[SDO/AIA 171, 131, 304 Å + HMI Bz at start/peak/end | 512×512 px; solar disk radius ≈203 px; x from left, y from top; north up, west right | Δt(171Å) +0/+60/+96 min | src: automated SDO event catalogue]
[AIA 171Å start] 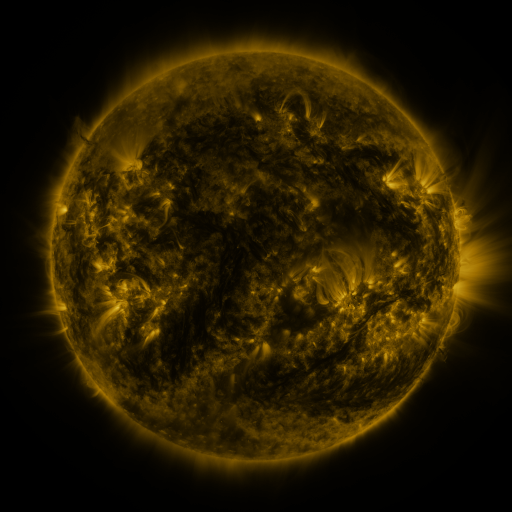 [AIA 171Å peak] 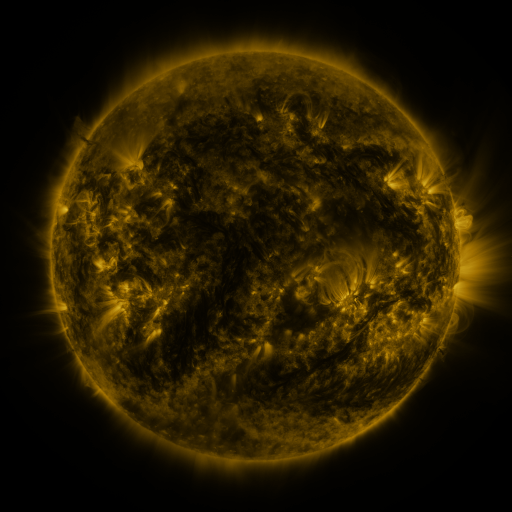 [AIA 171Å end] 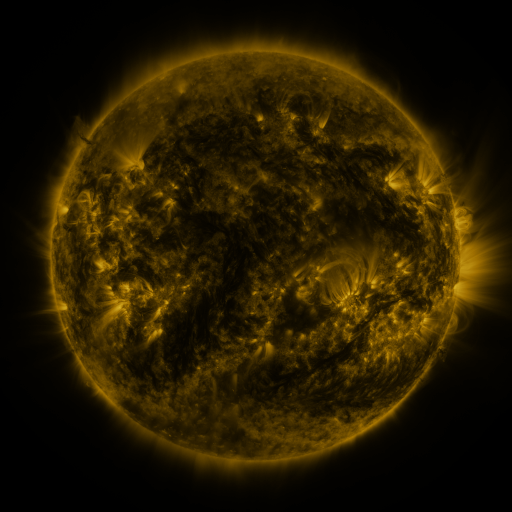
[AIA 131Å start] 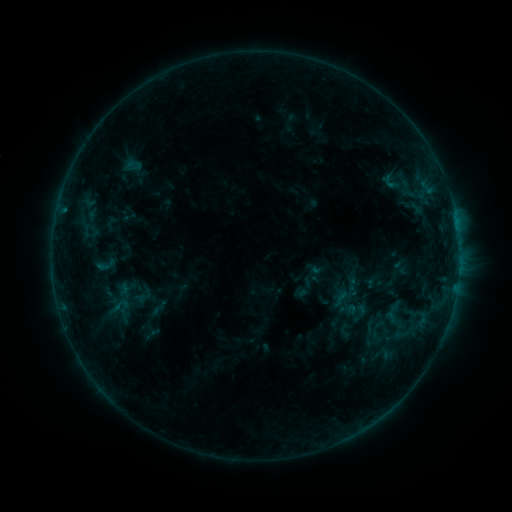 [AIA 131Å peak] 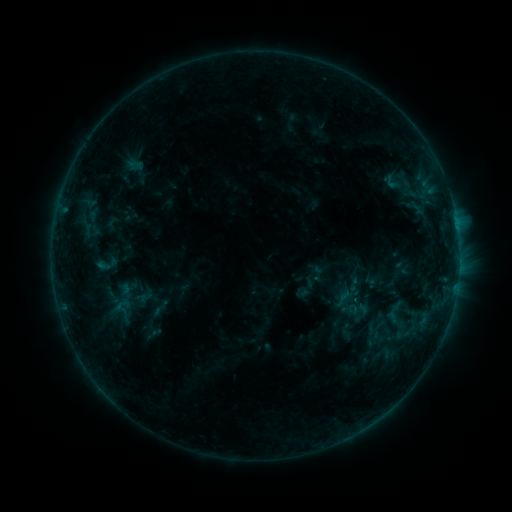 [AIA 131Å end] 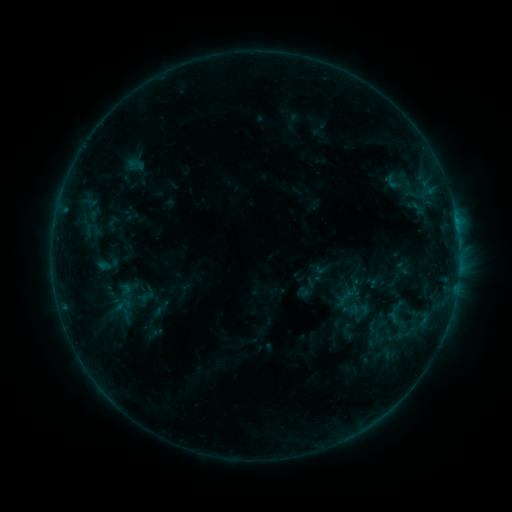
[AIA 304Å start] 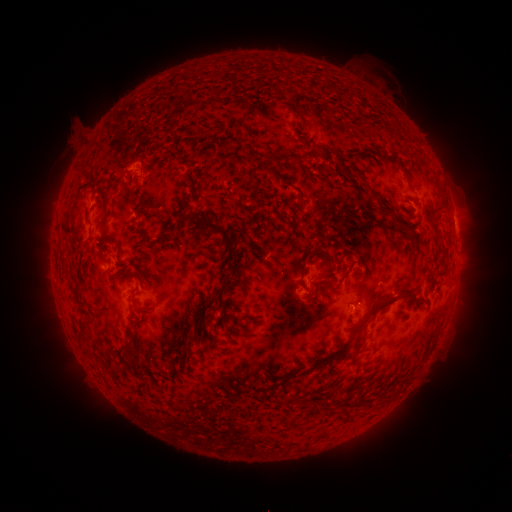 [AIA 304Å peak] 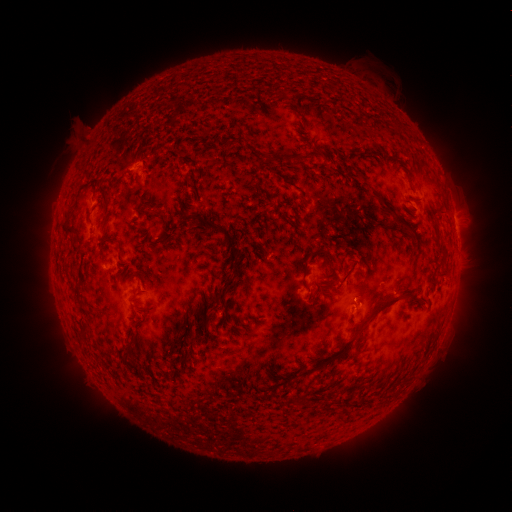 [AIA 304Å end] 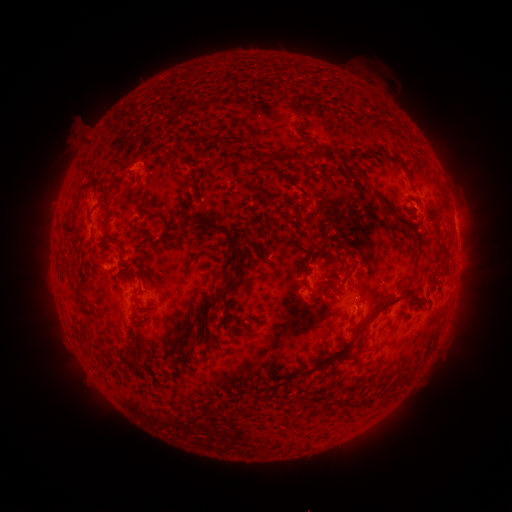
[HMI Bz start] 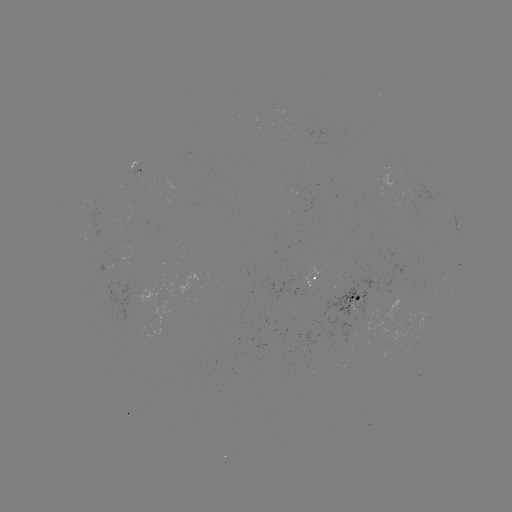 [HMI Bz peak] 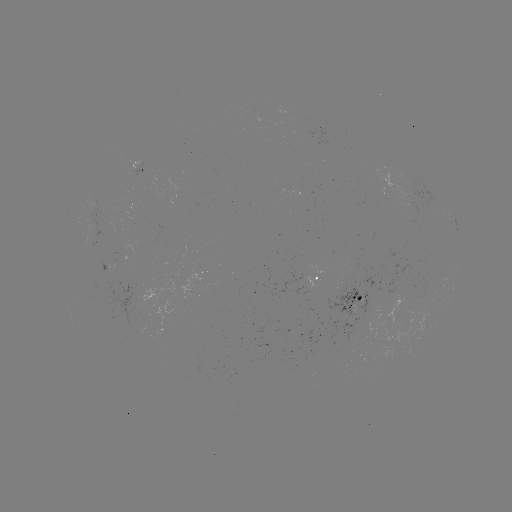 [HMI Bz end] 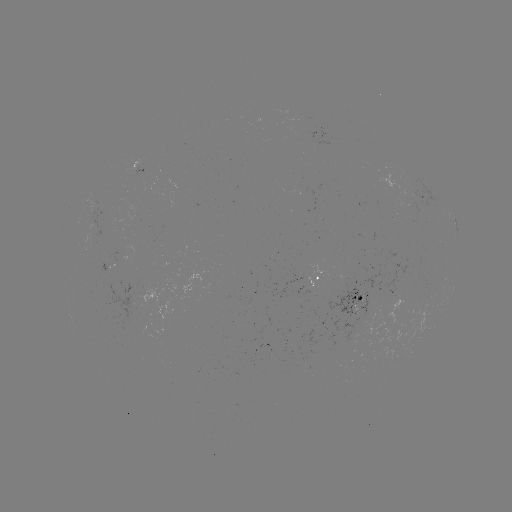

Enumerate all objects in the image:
emerging-flux region: (406, 197)
